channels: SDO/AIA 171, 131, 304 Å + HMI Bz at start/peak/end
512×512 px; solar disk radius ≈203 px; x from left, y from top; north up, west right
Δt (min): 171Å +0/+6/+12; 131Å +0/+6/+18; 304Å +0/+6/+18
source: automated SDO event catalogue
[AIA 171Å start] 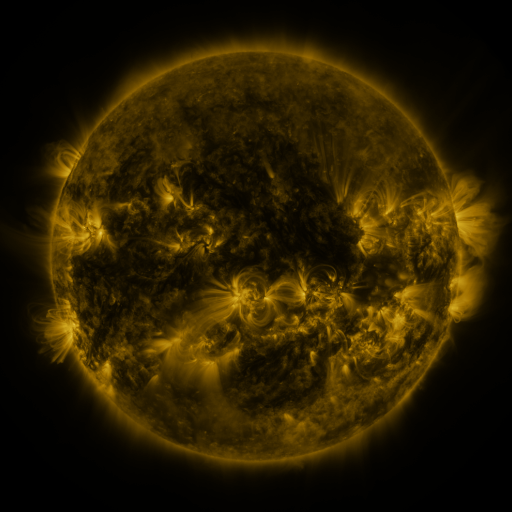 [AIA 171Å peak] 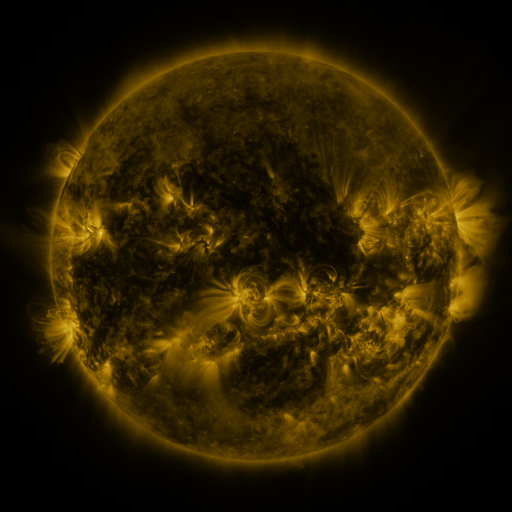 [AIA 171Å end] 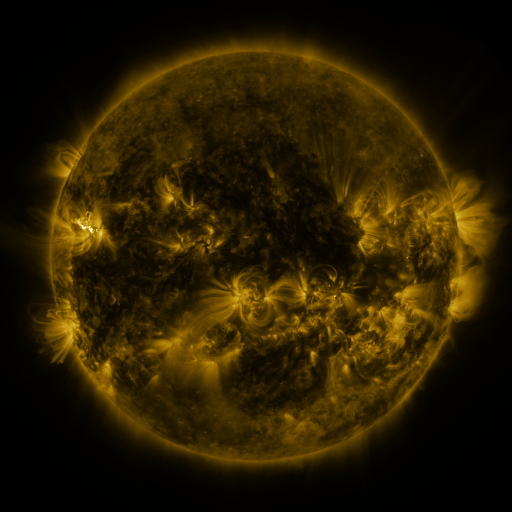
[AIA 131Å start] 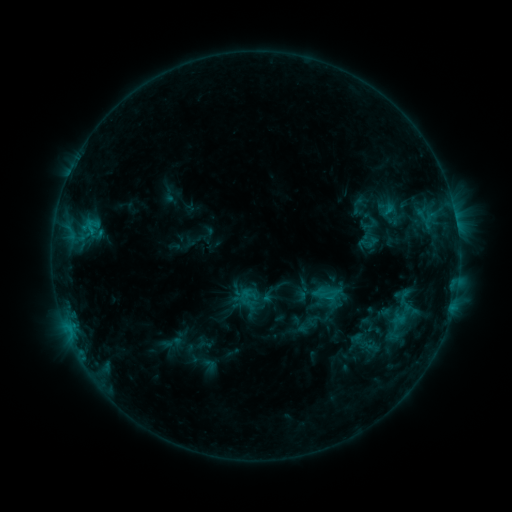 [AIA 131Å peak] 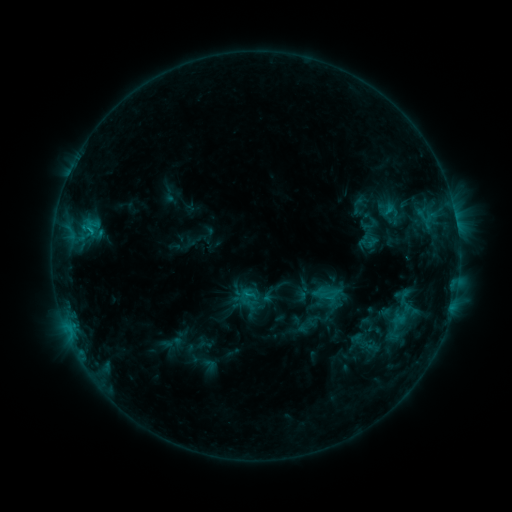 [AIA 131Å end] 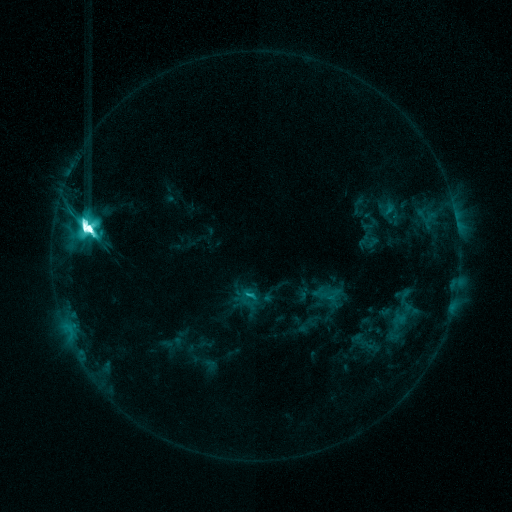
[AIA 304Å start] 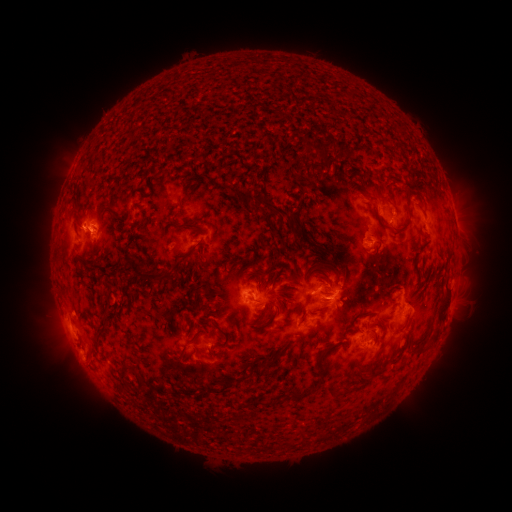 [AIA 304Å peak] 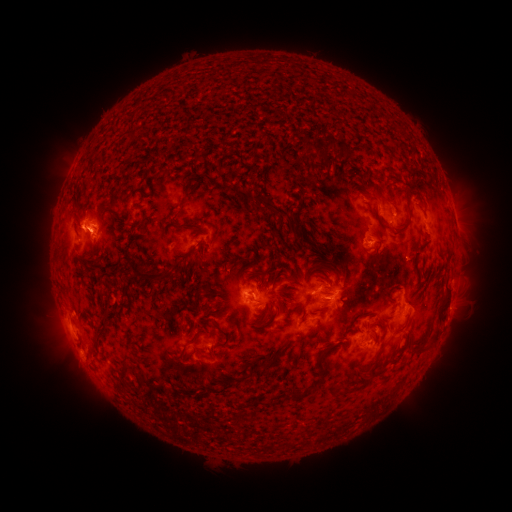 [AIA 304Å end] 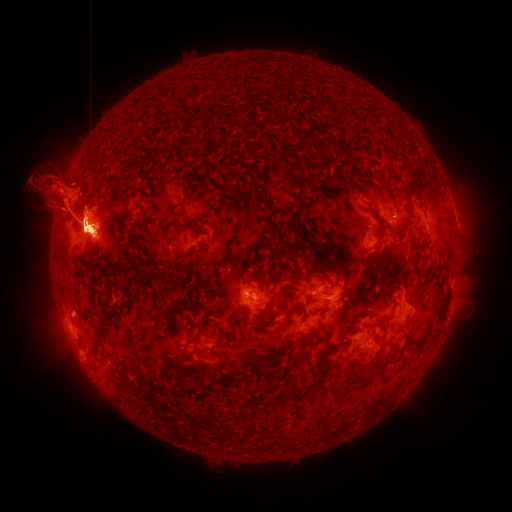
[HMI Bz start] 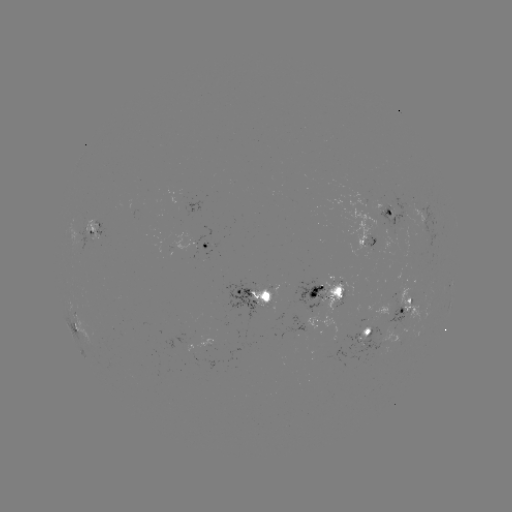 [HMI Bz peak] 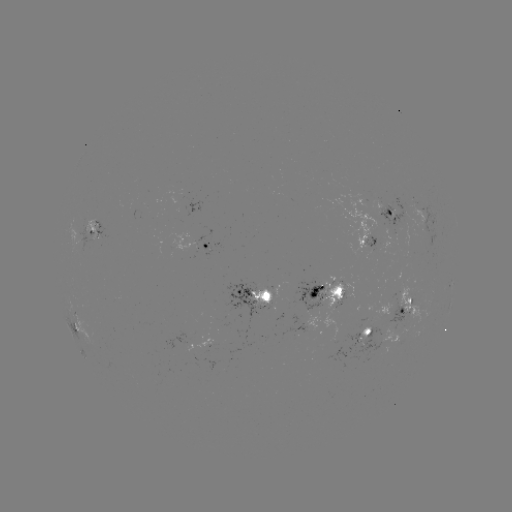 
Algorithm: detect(eruption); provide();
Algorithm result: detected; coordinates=[78, 221]